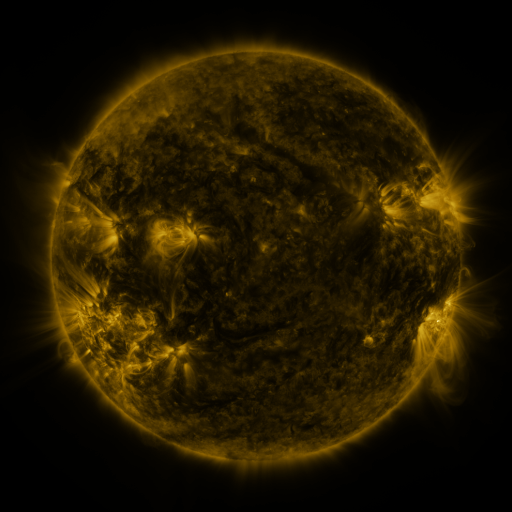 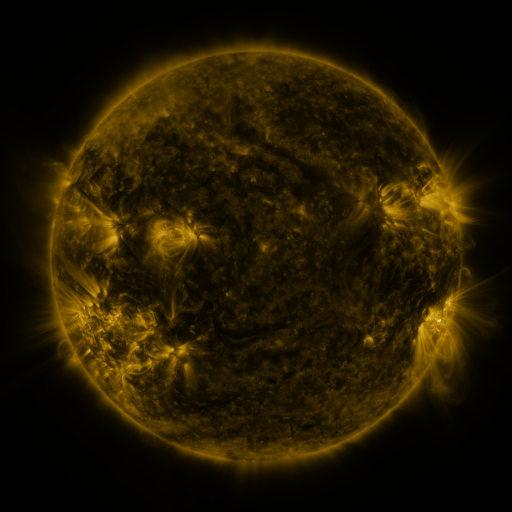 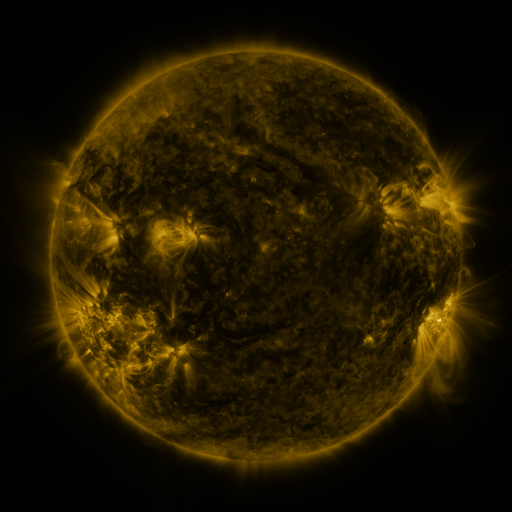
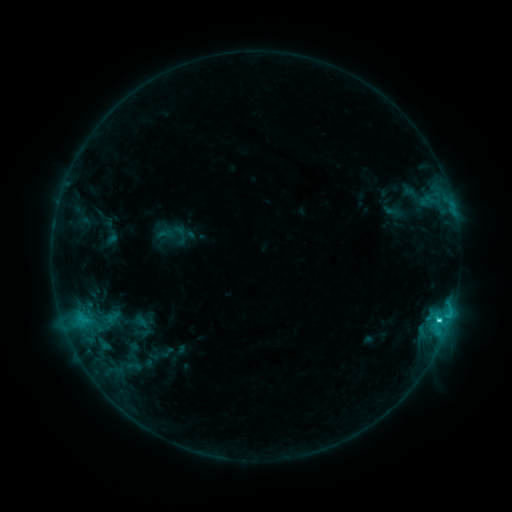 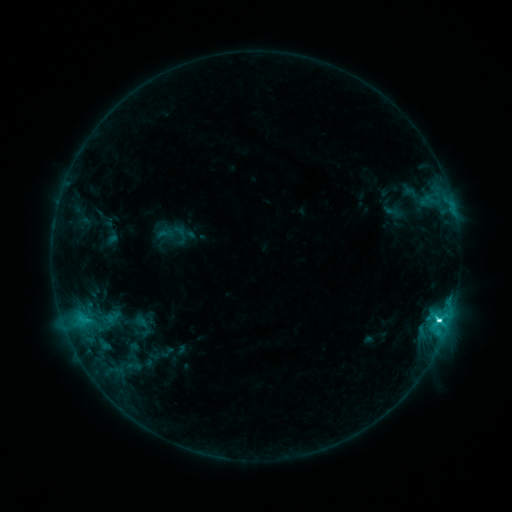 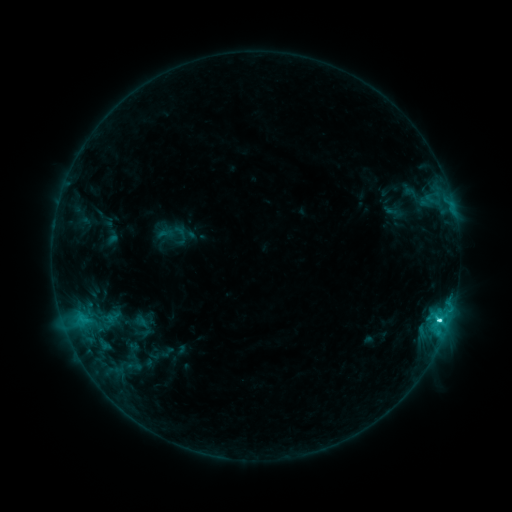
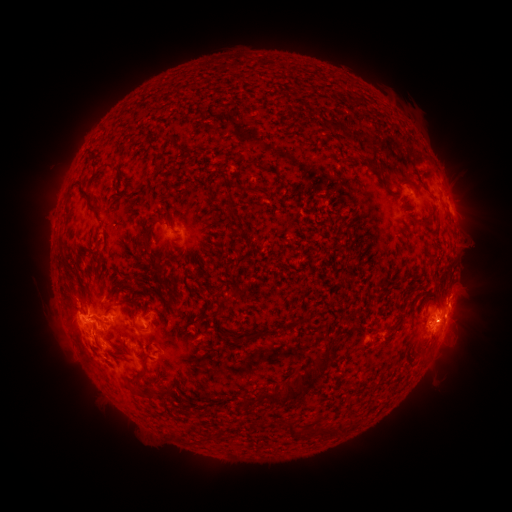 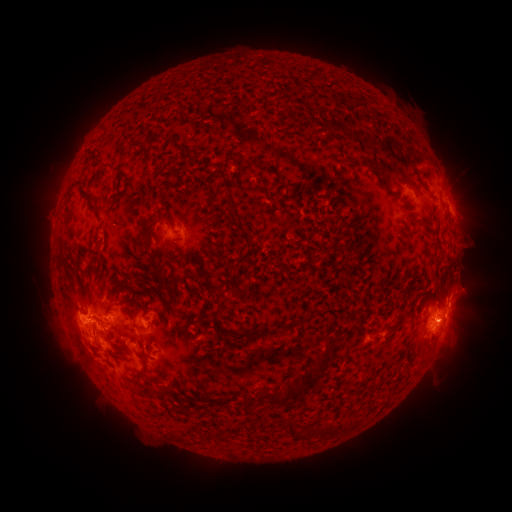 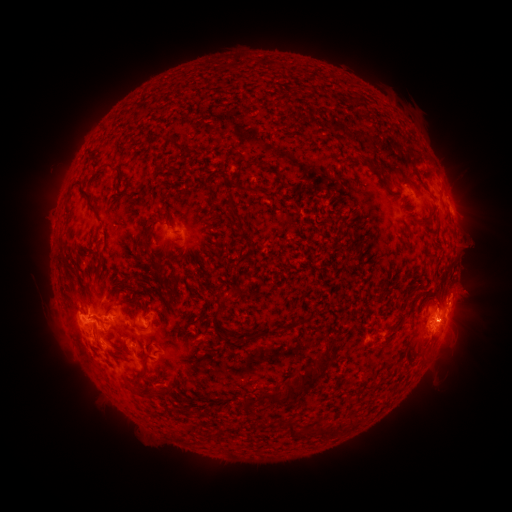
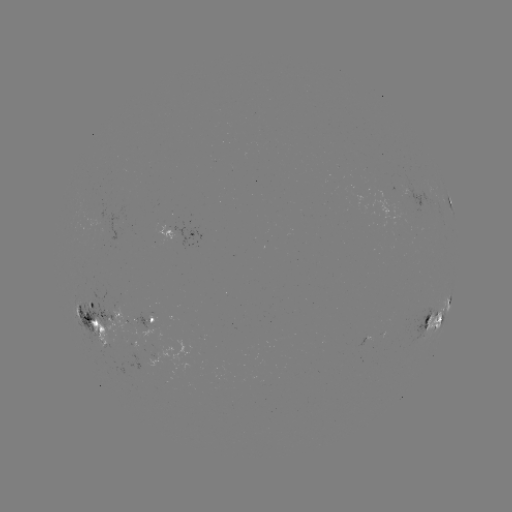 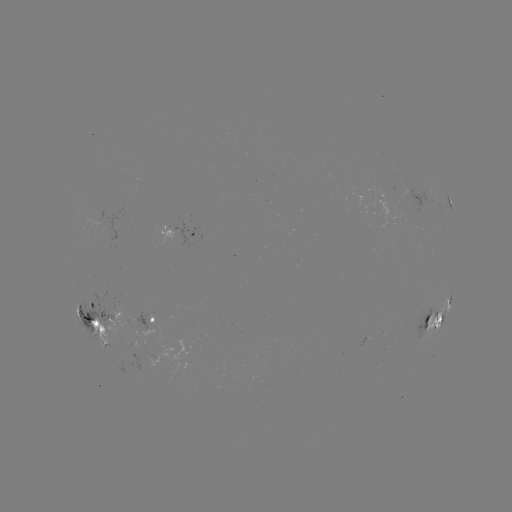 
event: flare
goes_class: C5.9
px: (437, 319)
